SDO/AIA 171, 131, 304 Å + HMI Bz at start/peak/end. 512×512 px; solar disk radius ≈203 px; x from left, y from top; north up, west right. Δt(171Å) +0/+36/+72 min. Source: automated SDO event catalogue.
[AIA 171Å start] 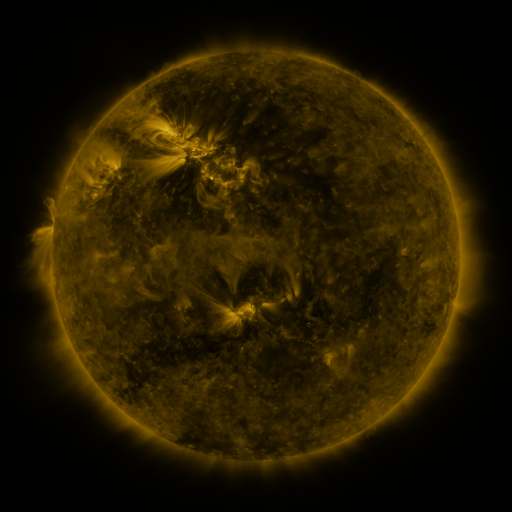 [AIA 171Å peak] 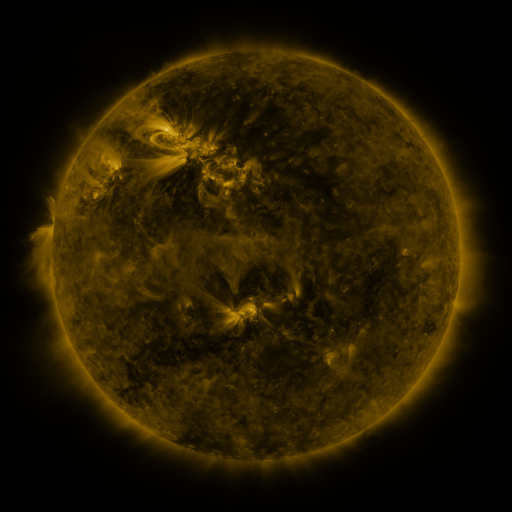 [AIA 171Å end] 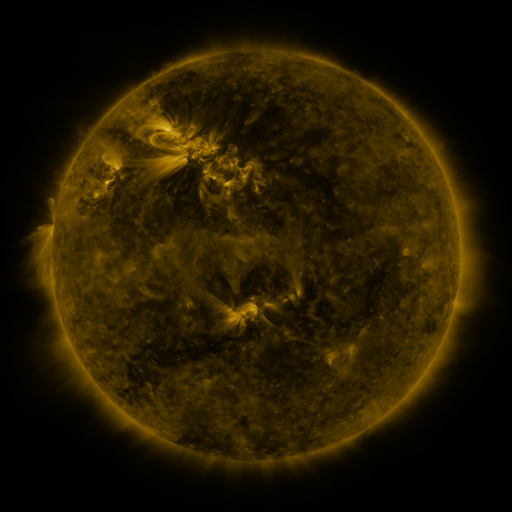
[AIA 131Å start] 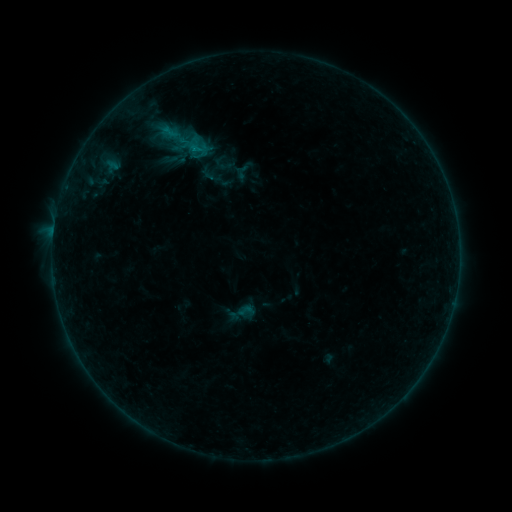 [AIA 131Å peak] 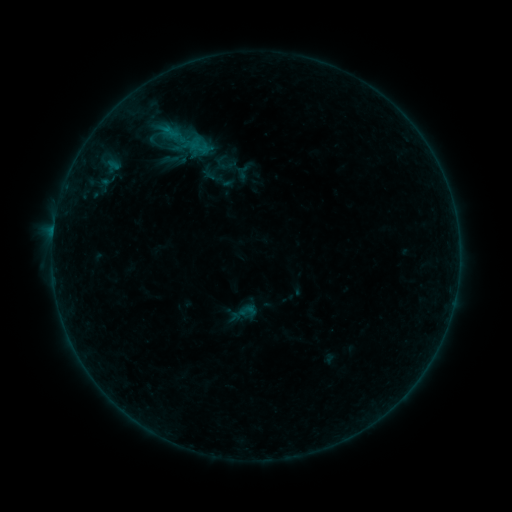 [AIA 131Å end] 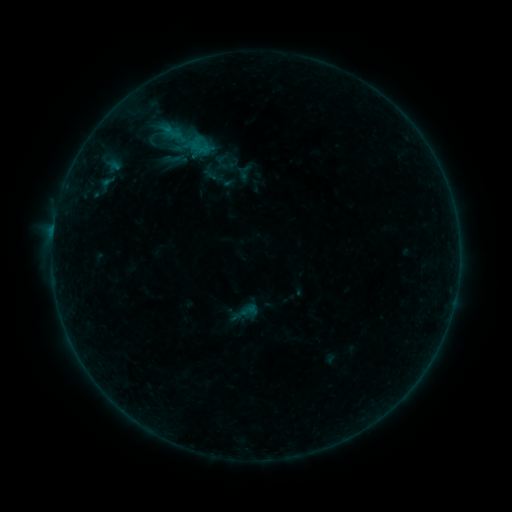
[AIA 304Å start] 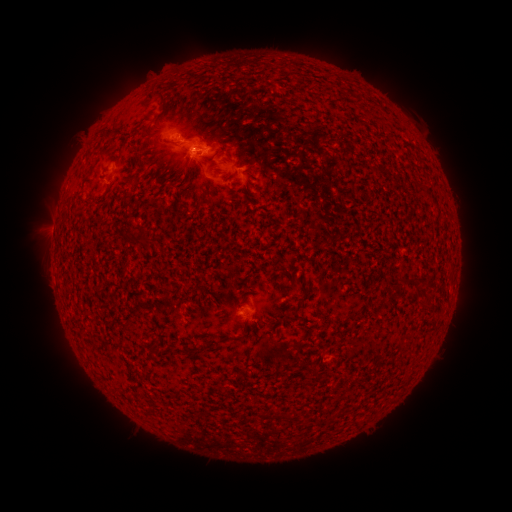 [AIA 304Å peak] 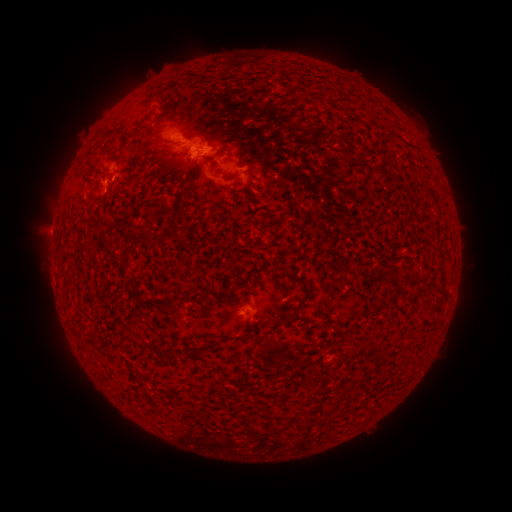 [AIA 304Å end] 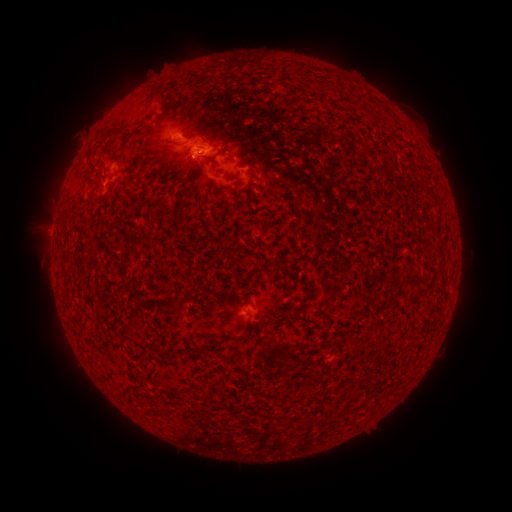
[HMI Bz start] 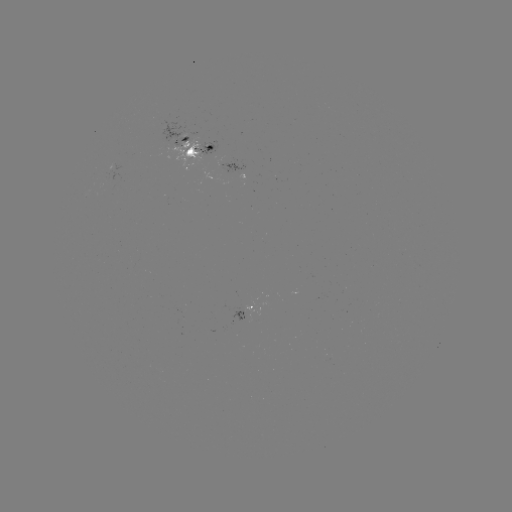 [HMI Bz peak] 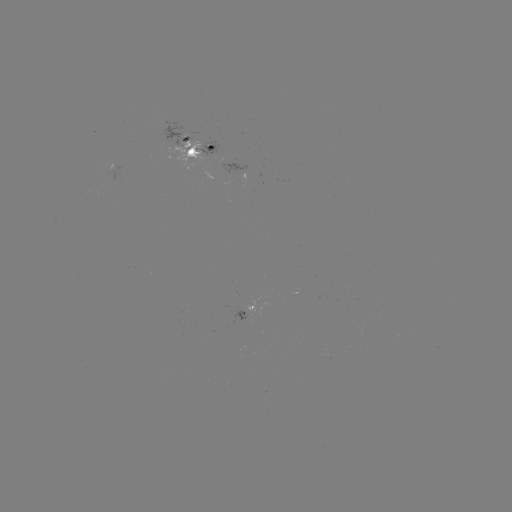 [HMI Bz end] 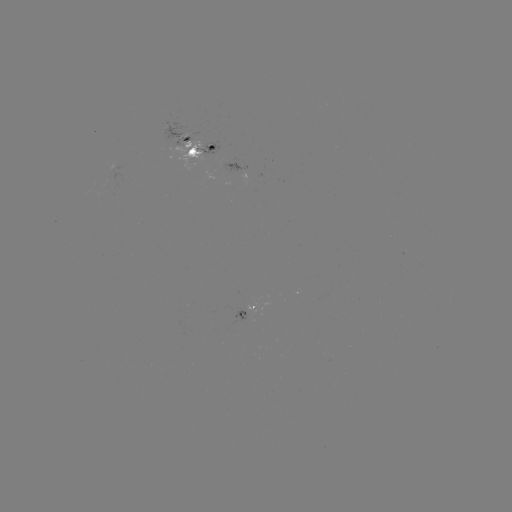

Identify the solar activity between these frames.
emerging-flux region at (181, 139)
